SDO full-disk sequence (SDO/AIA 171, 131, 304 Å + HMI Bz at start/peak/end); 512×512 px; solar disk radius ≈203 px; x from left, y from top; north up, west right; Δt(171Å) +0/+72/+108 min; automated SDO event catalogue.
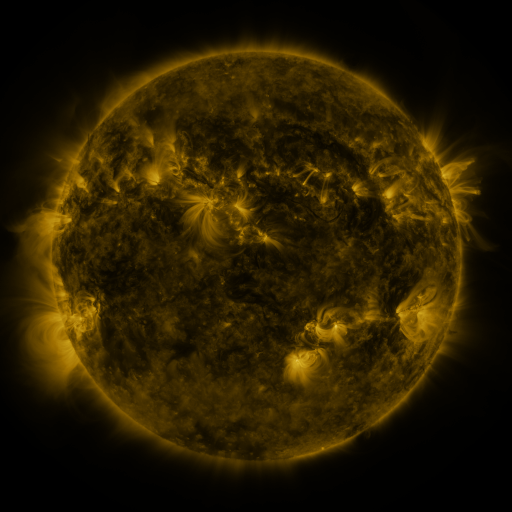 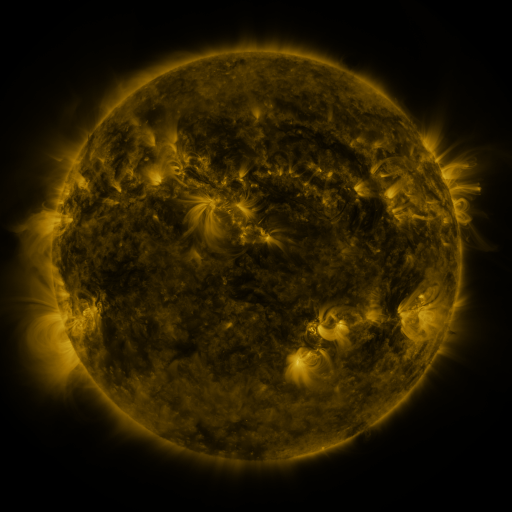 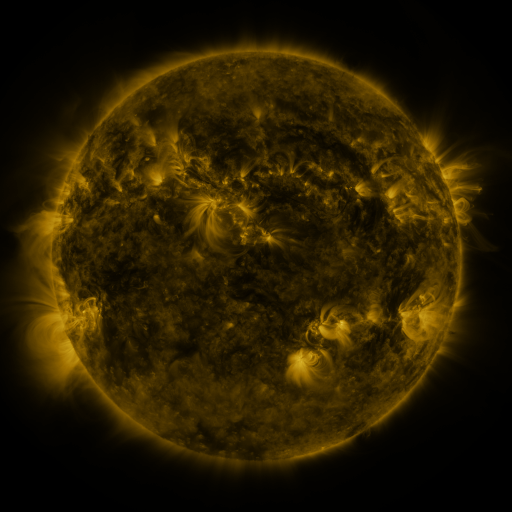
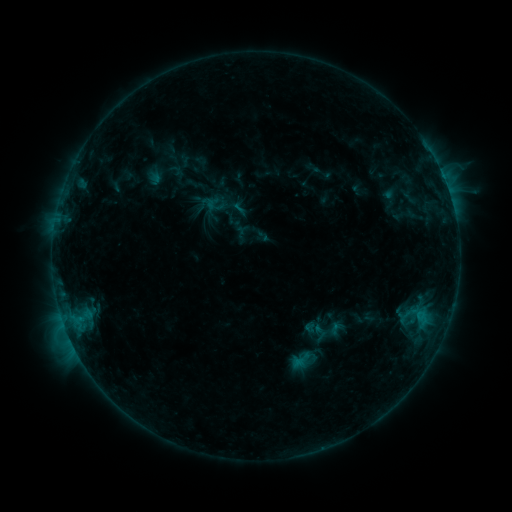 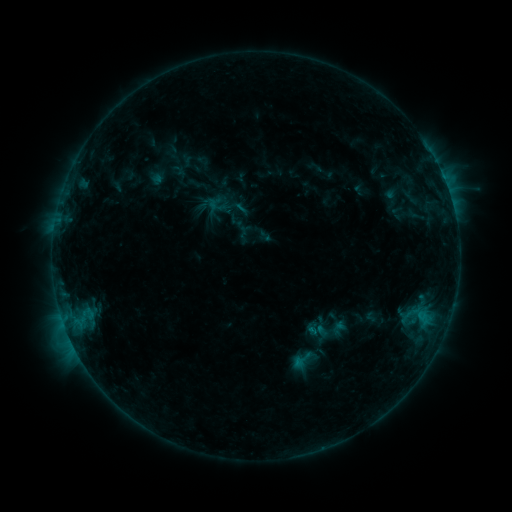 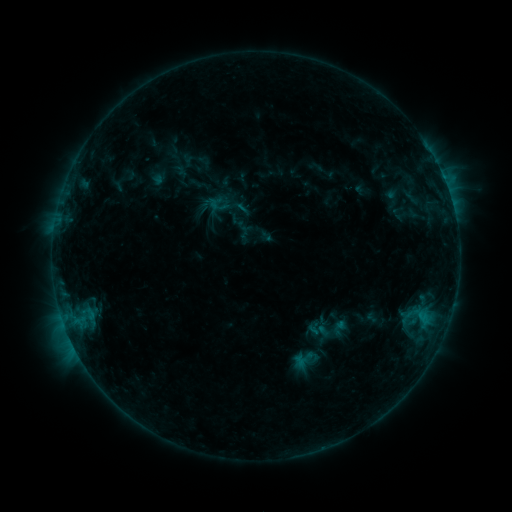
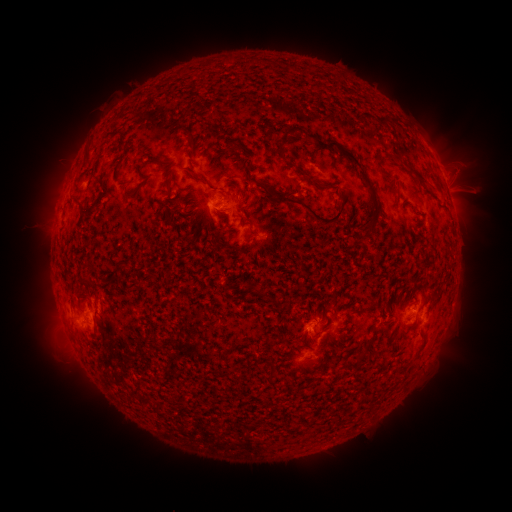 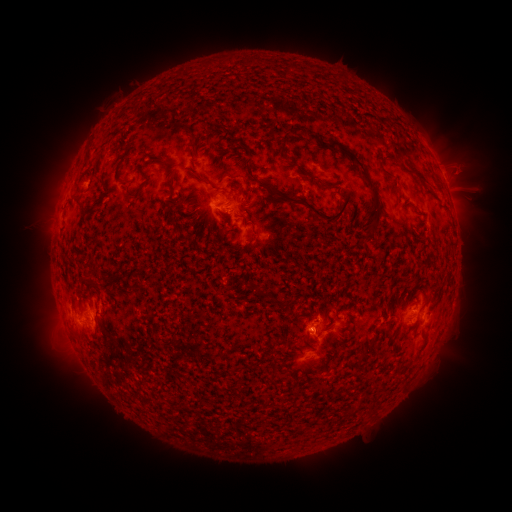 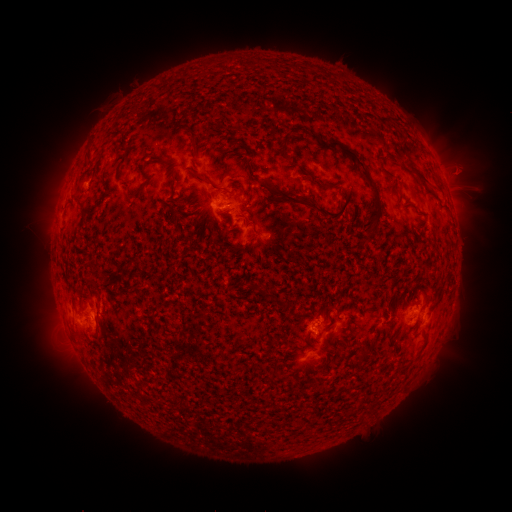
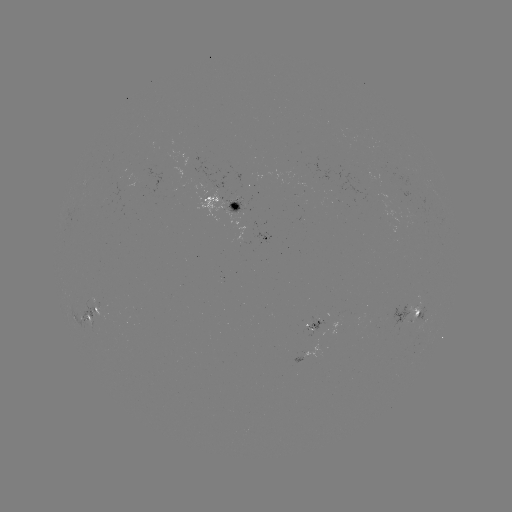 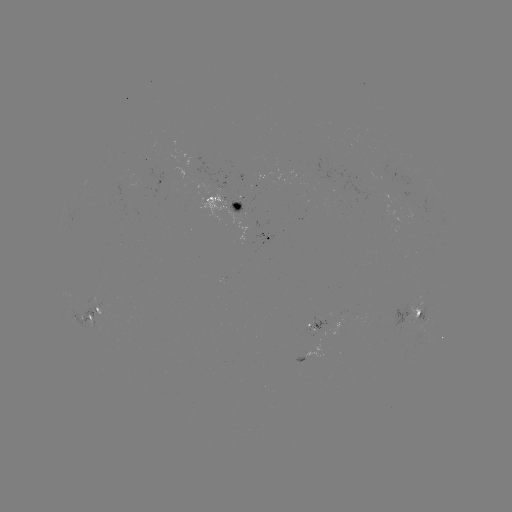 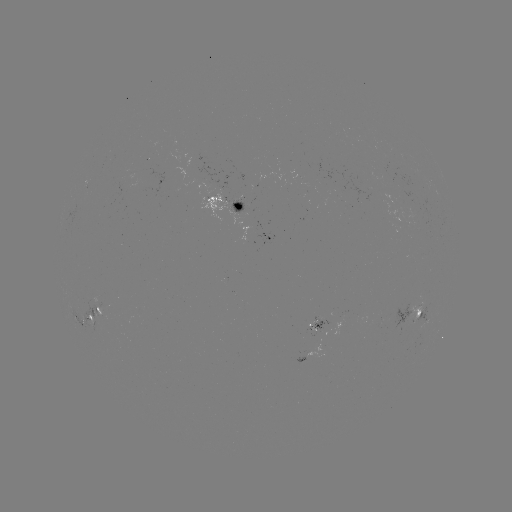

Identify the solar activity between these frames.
emerging-flux region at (249, 231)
